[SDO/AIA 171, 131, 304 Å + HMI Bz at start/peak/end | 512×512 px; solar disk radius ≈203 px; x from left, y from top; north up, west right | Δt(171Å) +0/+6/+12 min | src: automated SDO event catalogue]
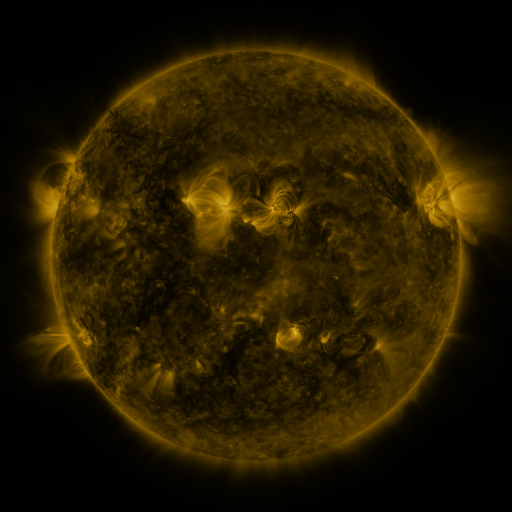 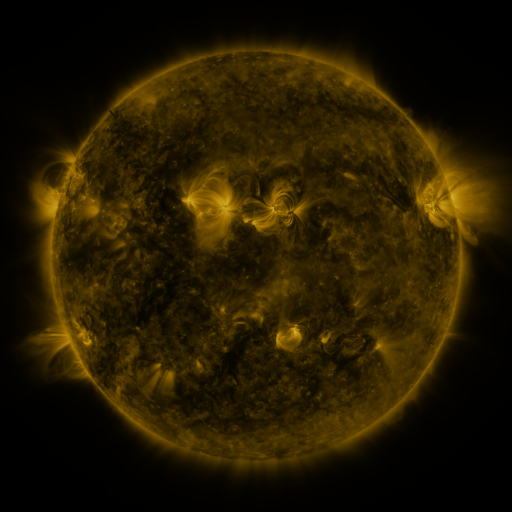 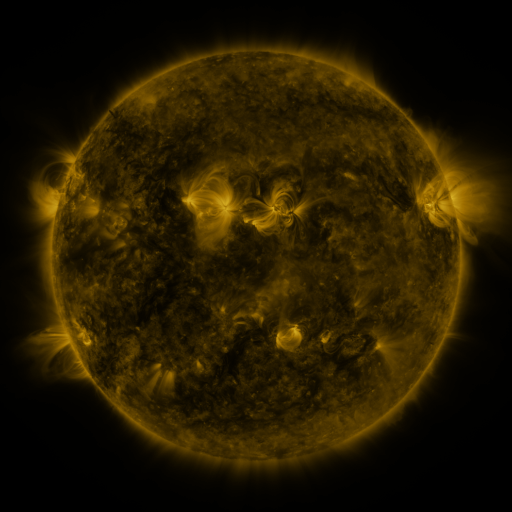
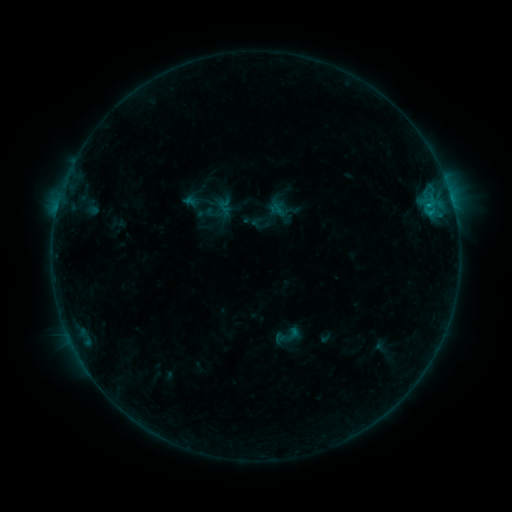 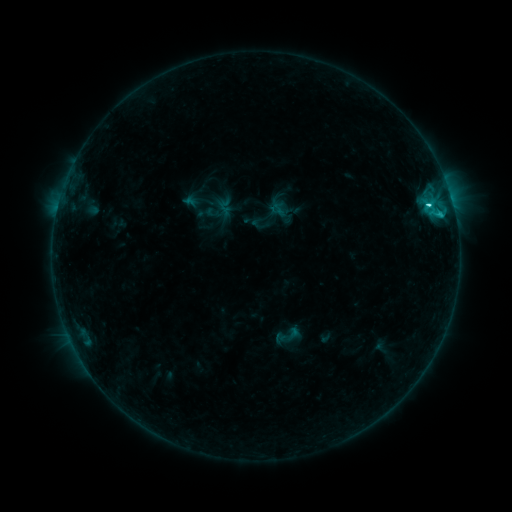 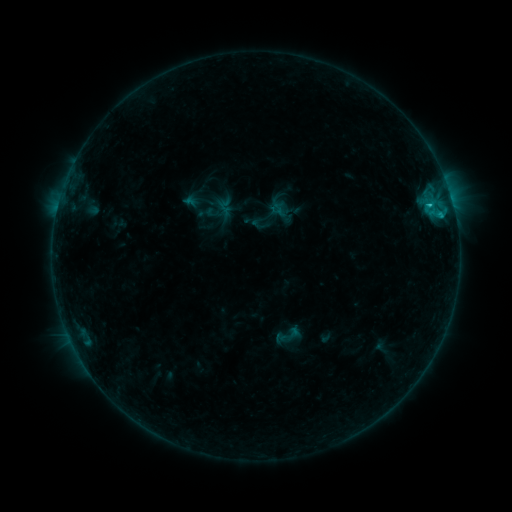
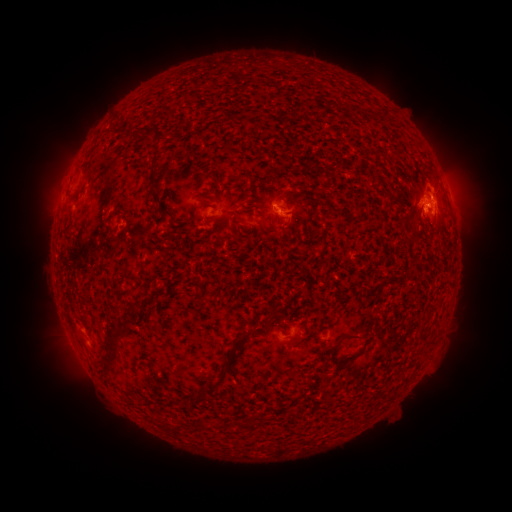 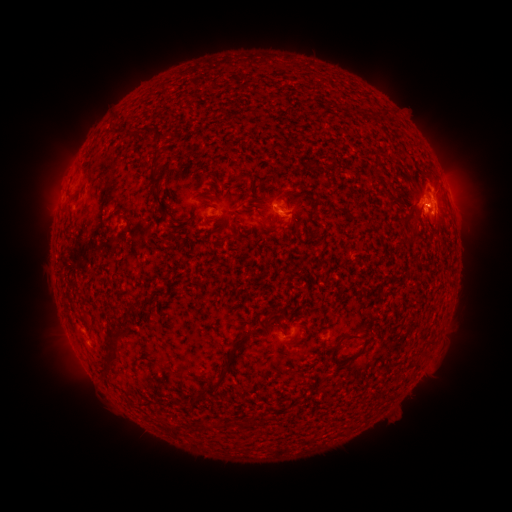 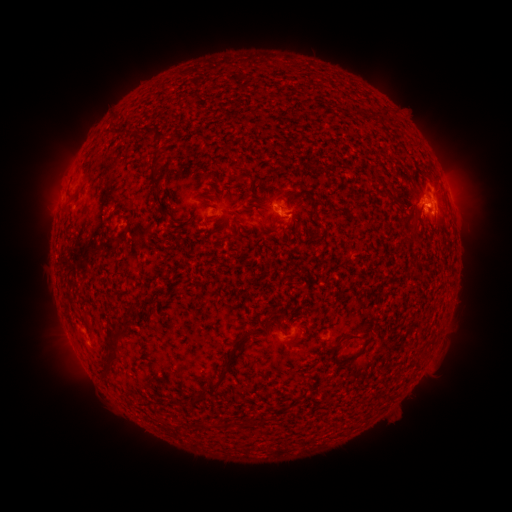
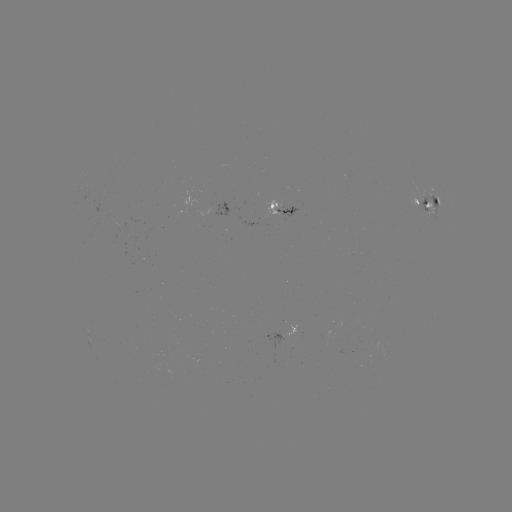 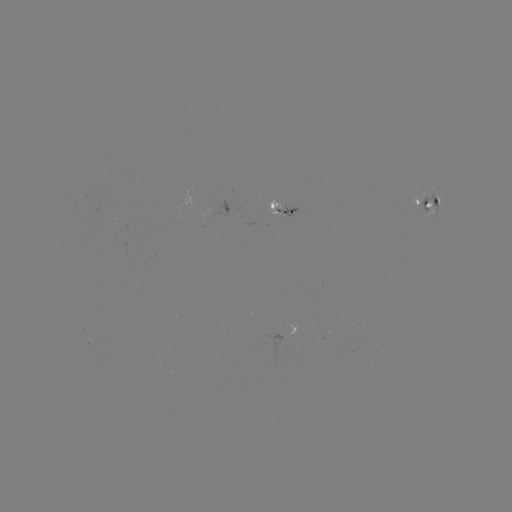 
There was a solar flare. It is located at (427, 206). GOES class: C2.2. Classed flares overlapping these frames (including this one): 1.